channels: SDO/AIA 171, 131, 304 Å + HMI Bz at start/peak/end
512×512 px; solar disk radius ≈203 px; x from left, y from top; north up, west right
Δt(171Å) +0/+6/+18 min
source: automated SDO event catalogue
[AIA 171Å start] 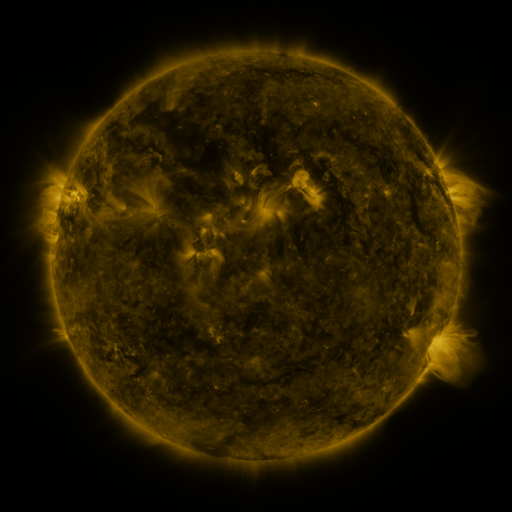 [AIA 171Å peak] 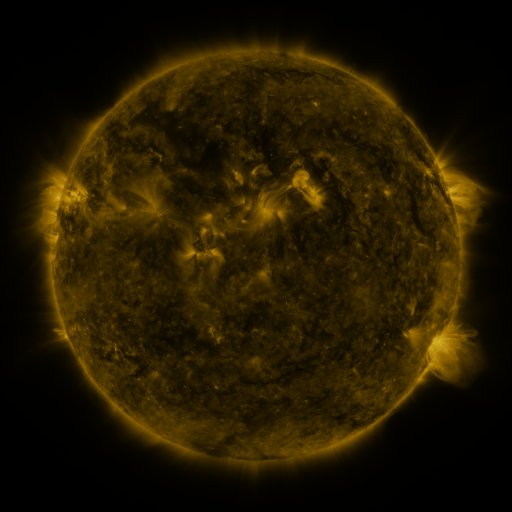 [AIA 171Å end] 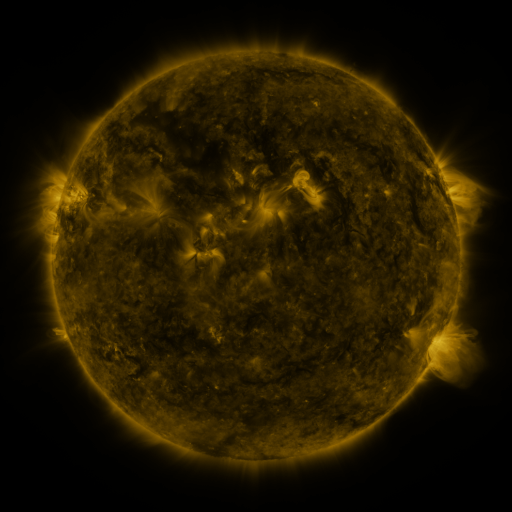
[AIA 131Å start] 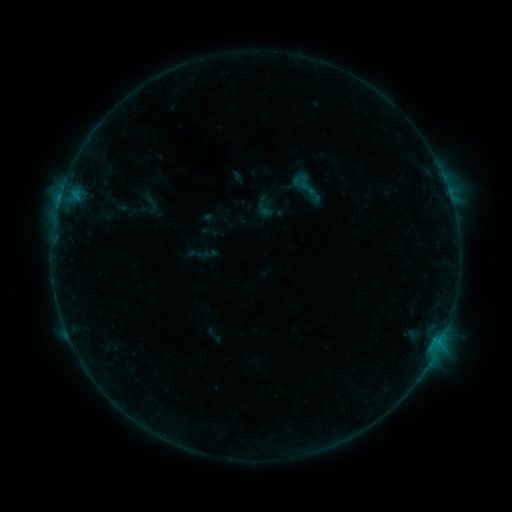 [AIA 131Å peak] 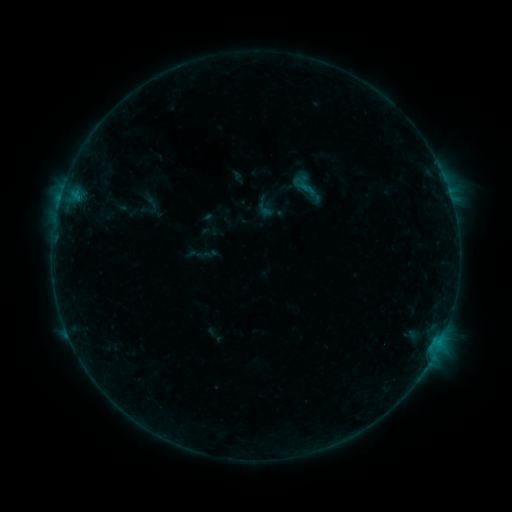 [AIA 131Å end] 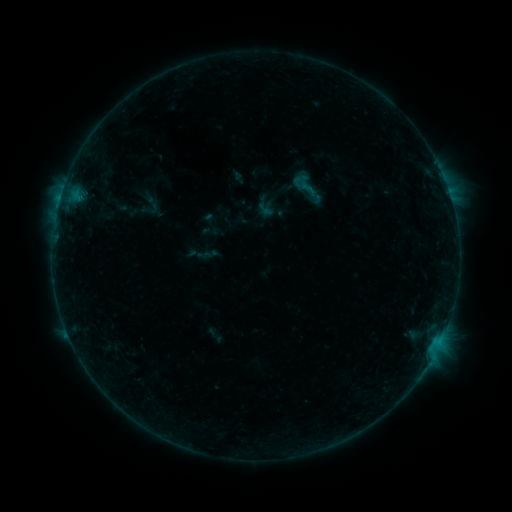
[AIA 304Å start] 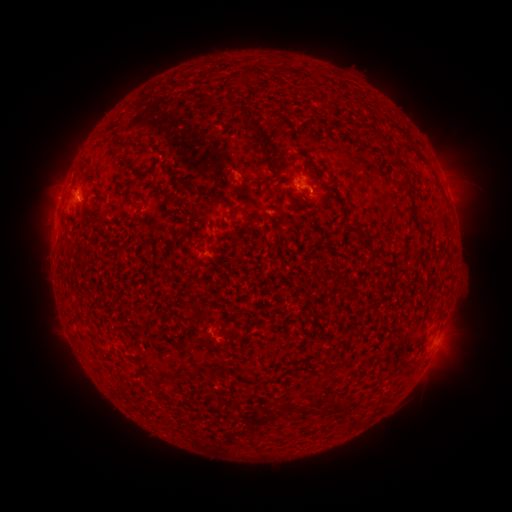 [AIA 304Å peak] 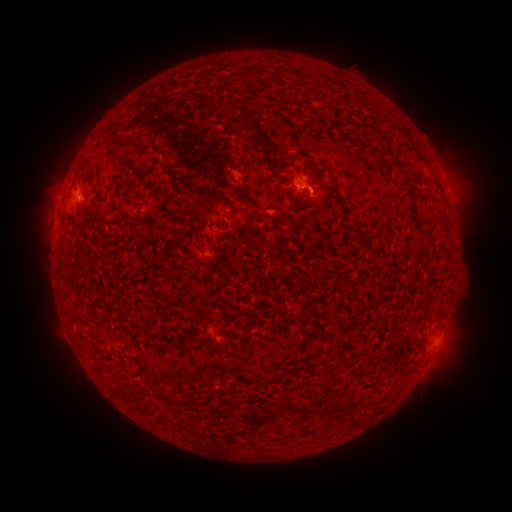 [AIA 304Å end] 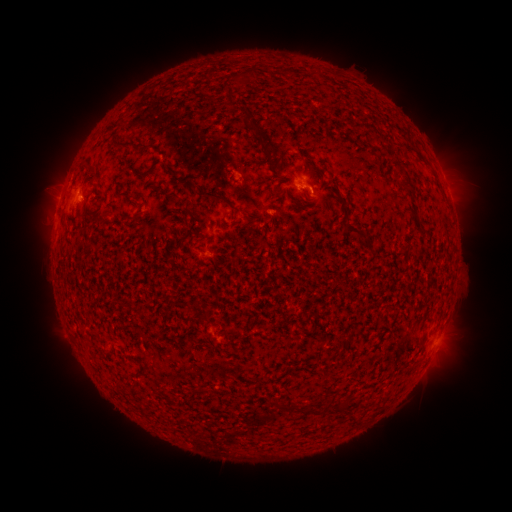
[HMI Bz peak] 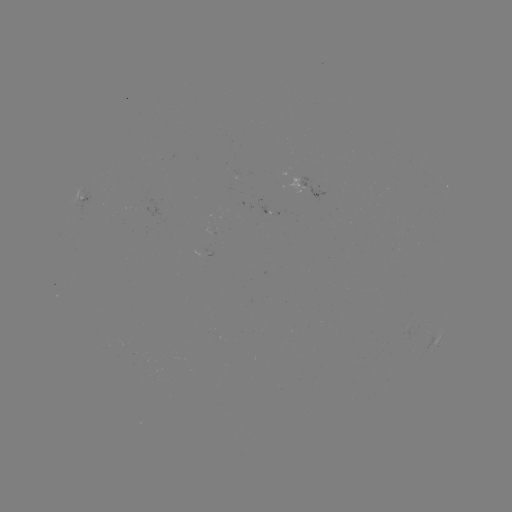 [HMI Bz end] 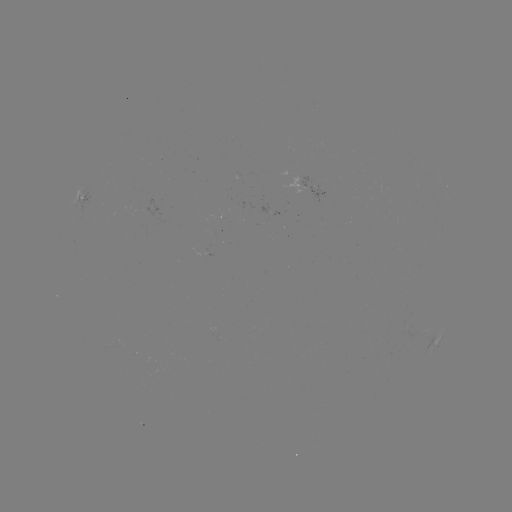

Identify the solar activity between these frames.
B3.4 flare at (304, 189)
